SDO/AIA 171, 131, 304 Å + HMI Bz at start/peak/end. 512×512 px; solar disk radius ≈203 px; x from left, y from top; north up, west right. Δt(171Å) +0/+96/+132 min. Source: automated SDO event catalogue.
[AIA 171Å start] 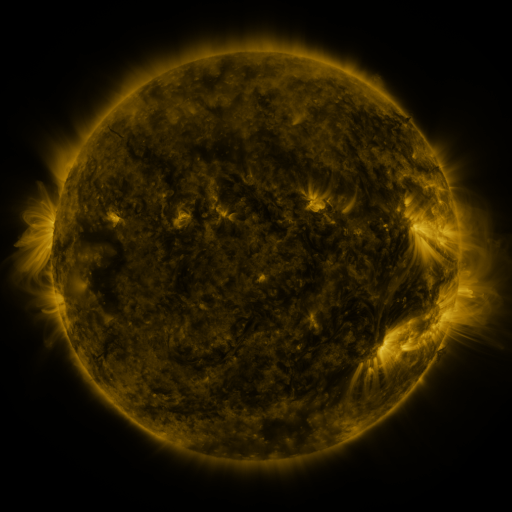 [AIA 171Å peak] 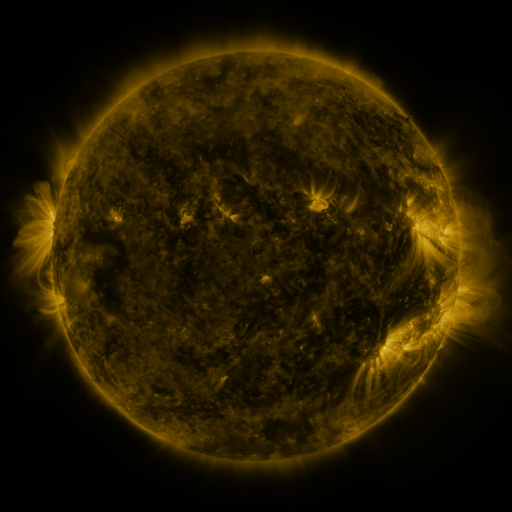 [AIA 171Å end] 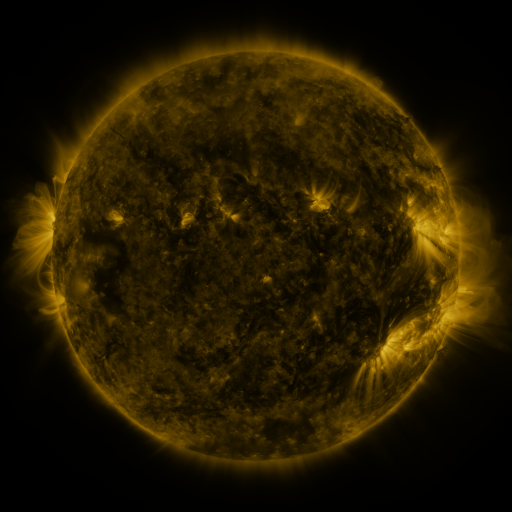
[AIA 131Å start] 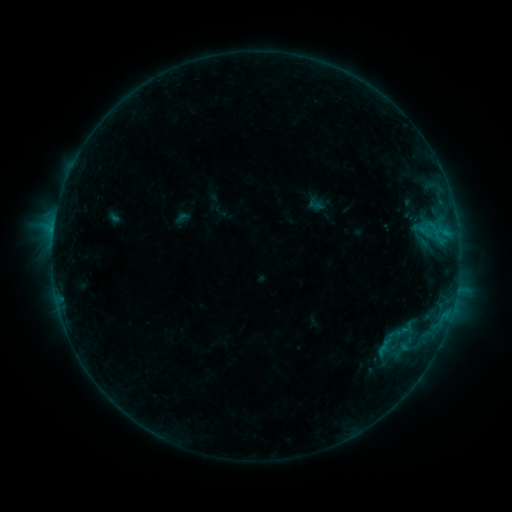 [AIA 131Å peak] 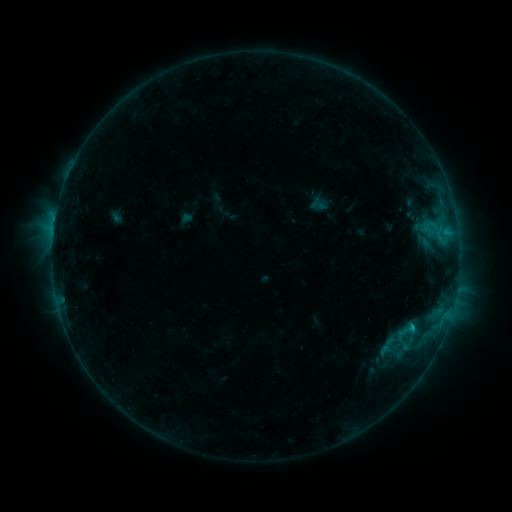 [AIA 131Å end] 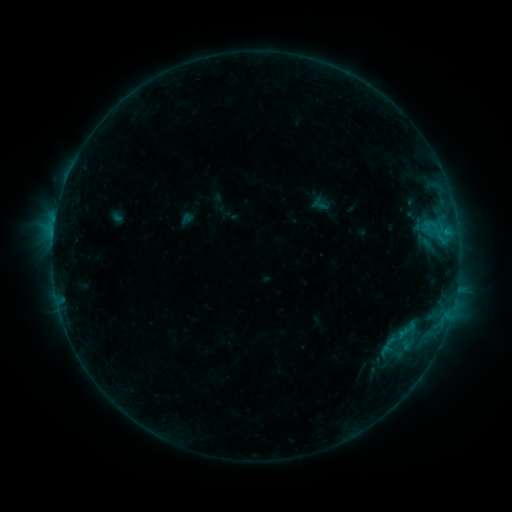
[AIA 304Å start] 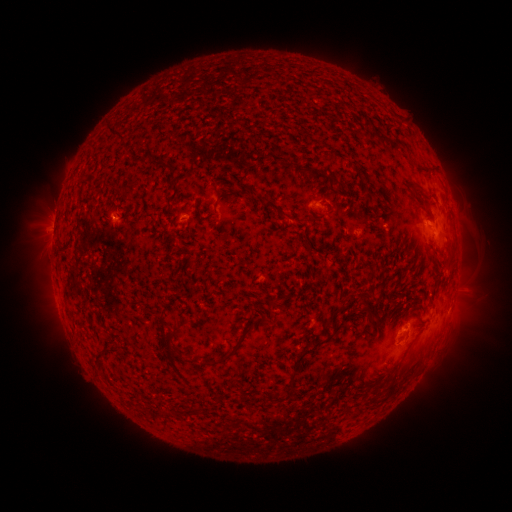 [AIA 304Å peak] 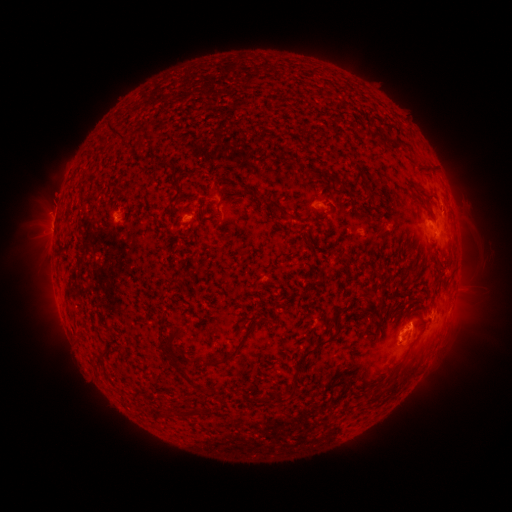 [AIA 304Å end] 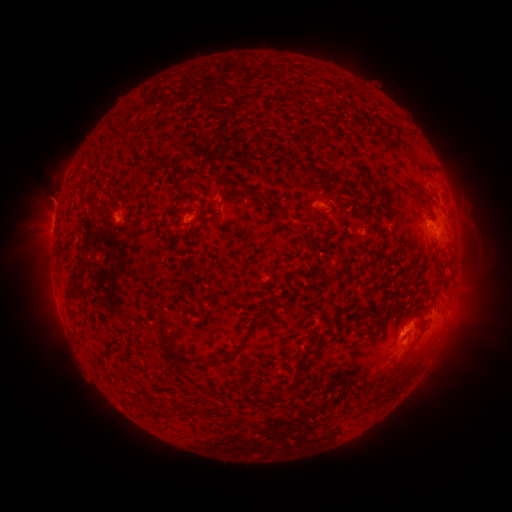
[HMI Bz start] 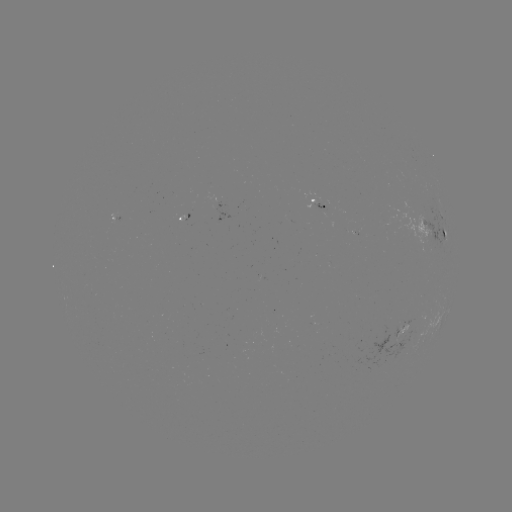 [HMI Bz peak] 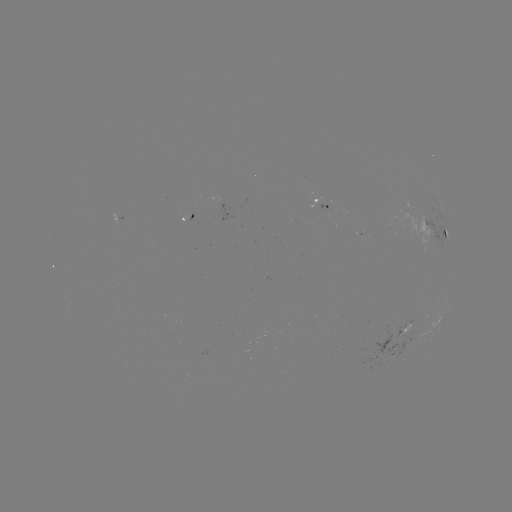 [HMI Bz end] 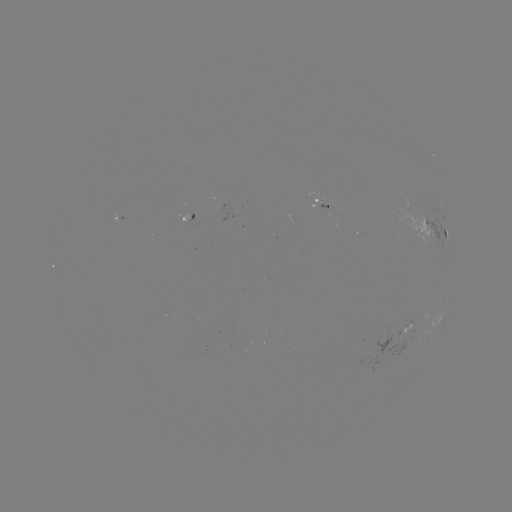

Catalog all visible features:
emerging-flux region: (400, 327)
